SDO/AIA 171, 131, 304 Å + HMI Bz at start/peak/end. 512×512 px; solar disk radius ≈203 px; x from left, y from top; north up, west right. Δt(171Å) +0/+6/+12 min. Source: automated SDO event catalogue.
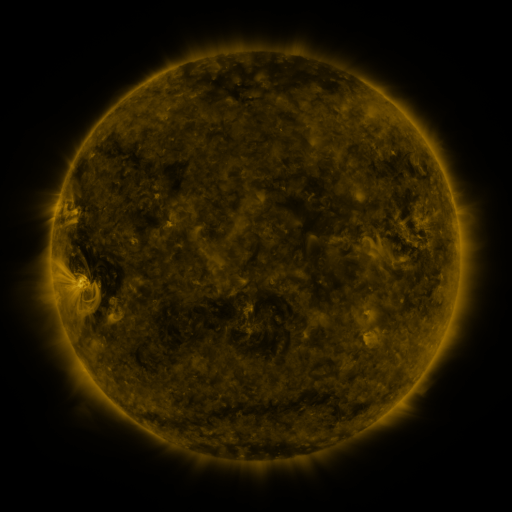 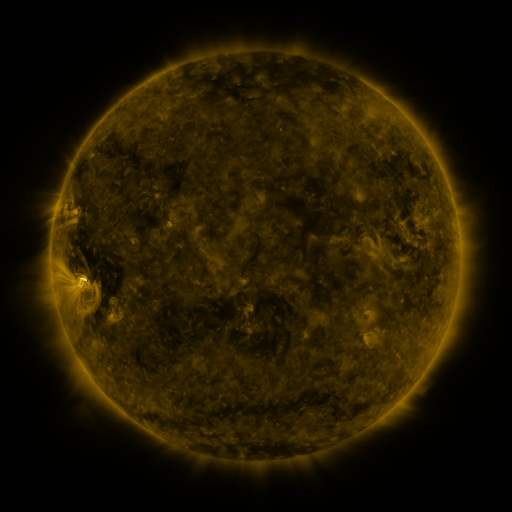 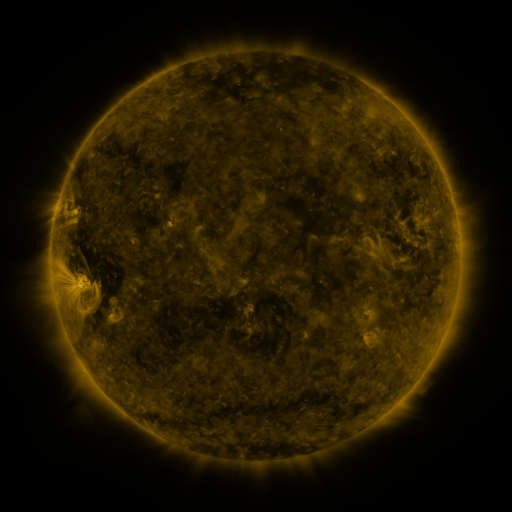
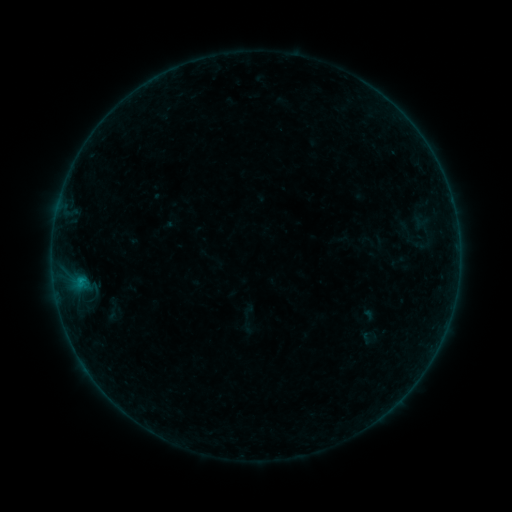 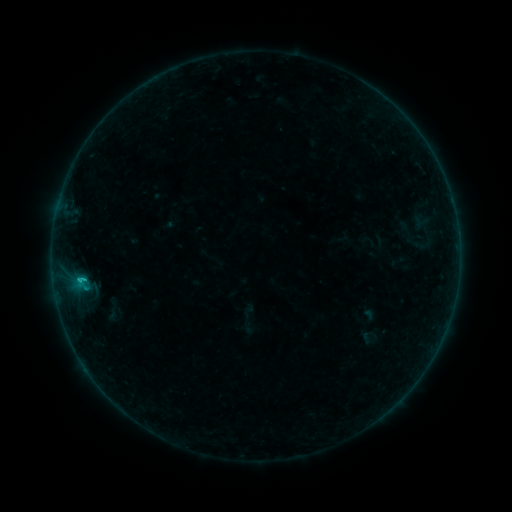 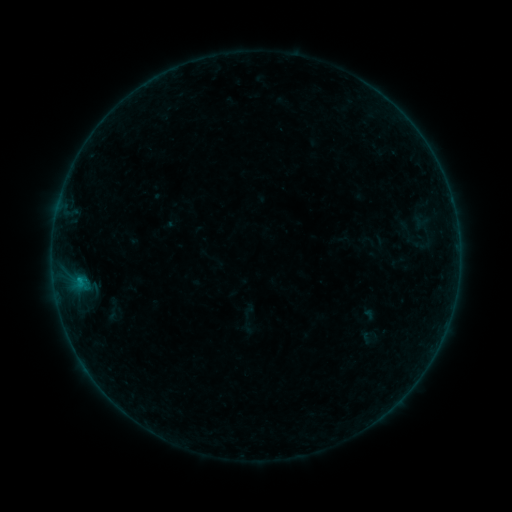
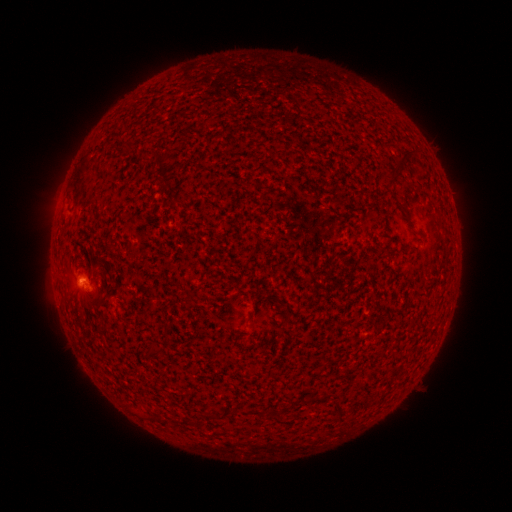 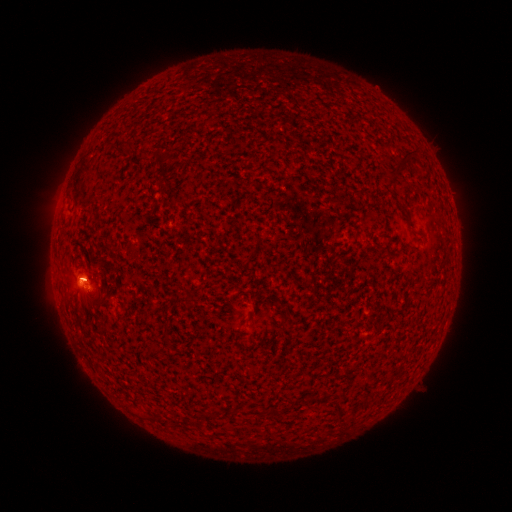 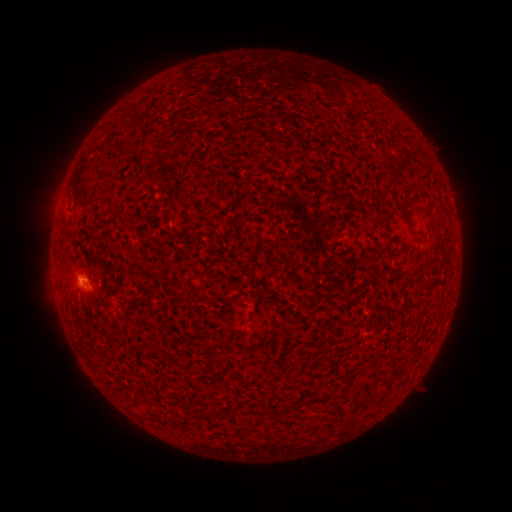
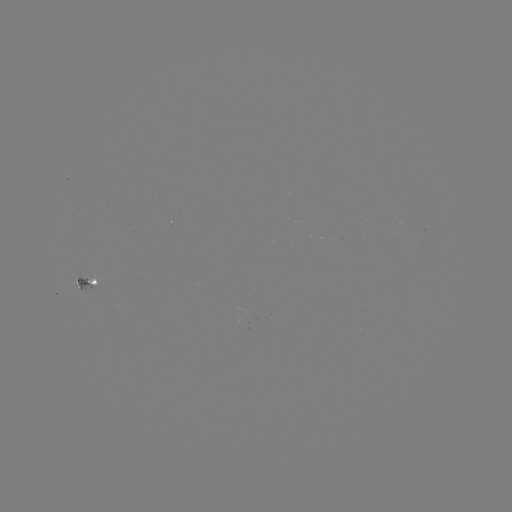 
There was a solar flare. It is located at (85, 277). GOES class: B8.1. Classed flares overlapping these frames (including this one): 1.